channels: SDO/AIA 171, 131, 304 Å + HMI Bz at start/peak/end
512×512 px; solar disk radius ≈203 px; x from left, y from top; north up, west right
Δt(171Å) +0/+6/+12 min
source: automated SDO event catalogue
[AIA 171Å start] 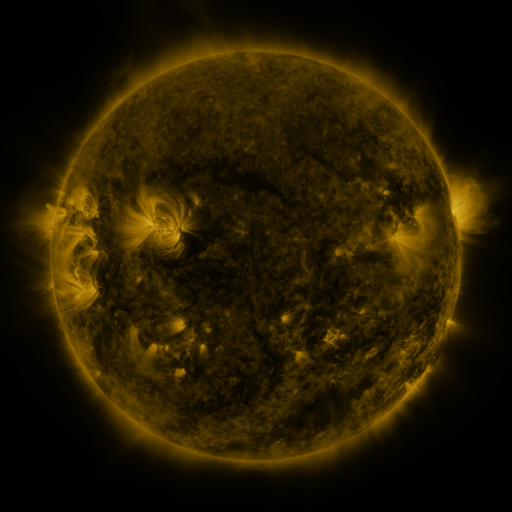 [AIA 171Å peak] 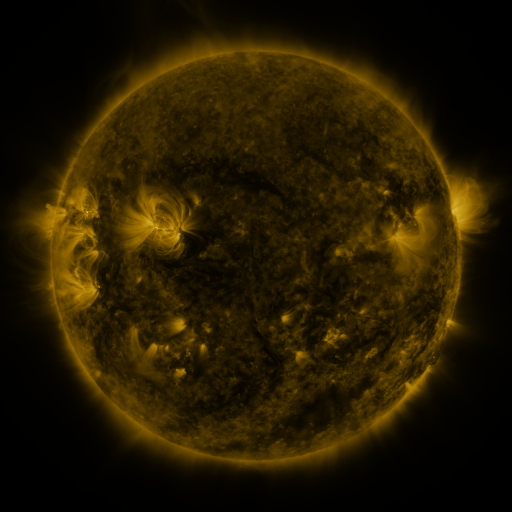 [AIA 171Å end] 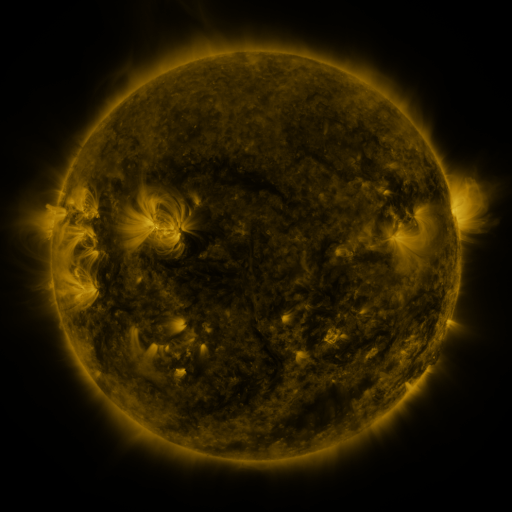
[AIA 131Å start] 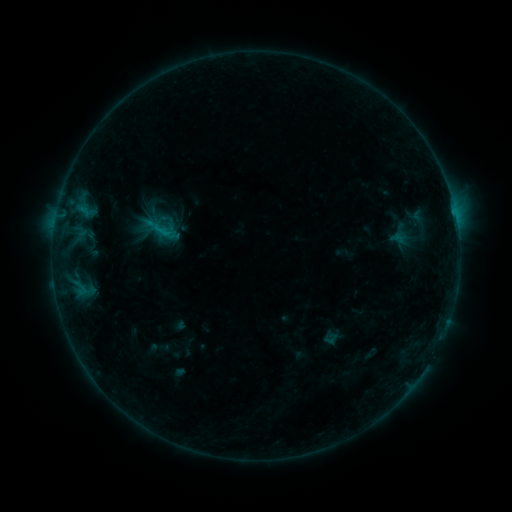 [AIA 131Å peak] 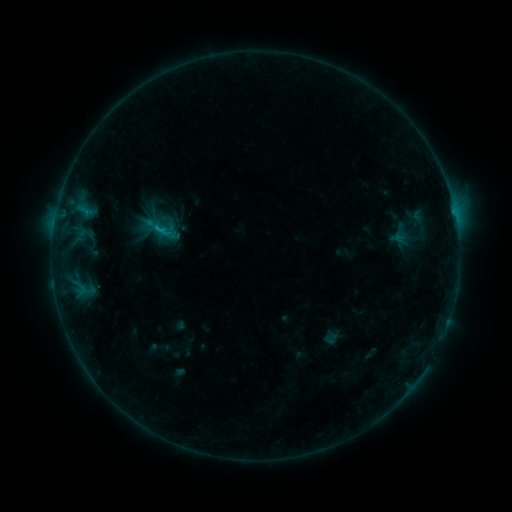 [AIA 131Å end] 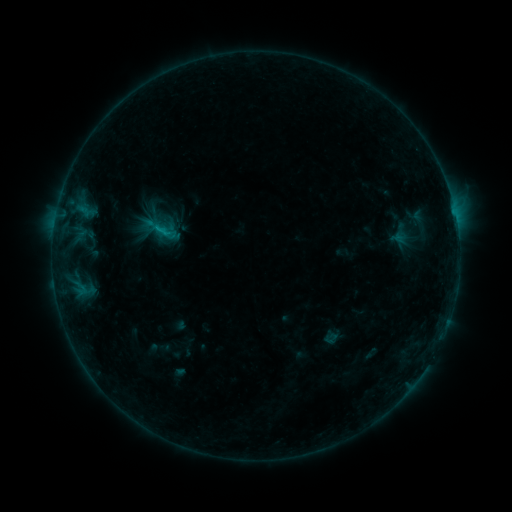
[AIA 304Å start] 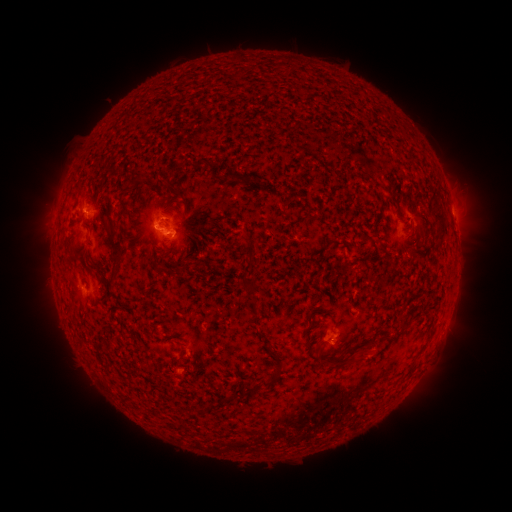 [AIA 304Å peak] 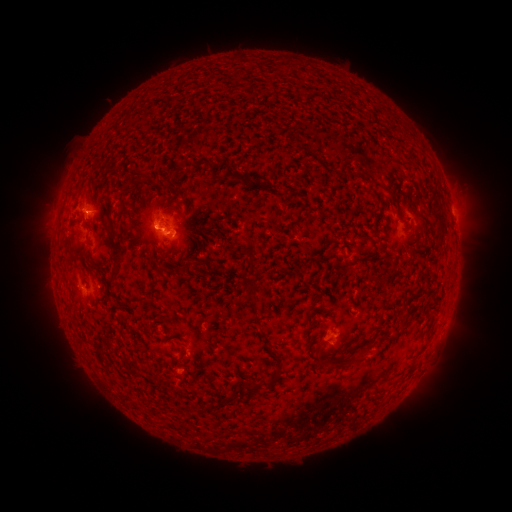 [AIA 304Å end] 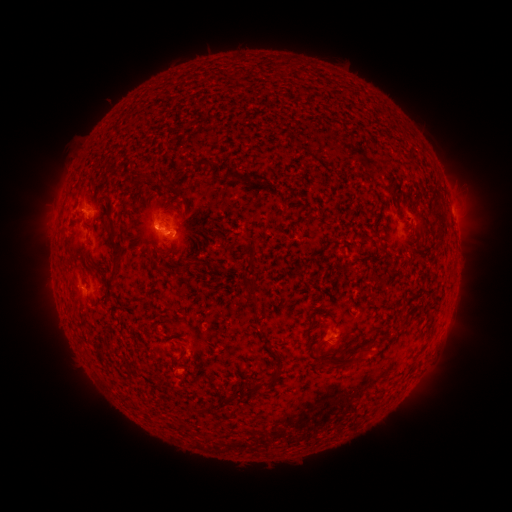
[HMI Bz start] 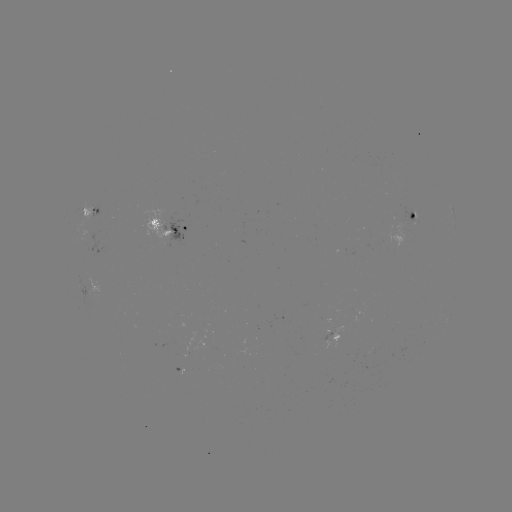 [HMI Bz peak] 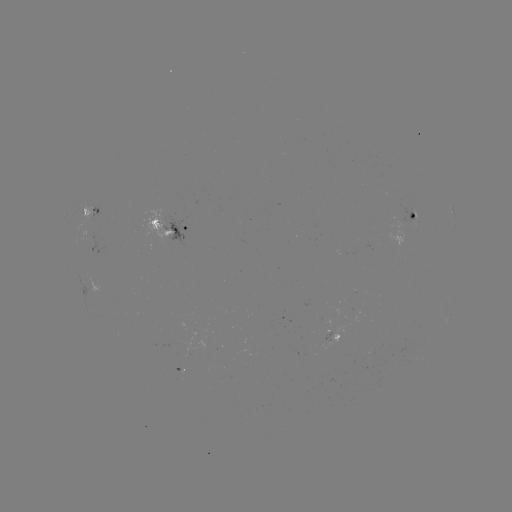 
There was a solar flare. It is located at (159, 230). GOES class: B6.5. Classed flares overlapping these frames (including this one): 1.